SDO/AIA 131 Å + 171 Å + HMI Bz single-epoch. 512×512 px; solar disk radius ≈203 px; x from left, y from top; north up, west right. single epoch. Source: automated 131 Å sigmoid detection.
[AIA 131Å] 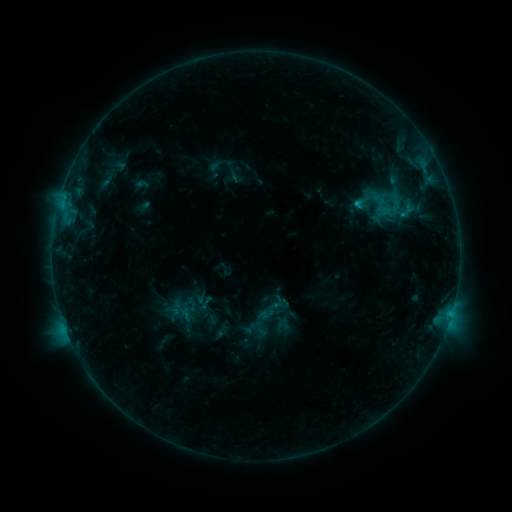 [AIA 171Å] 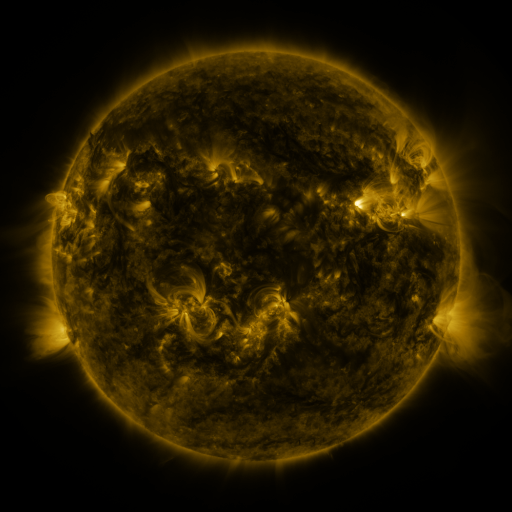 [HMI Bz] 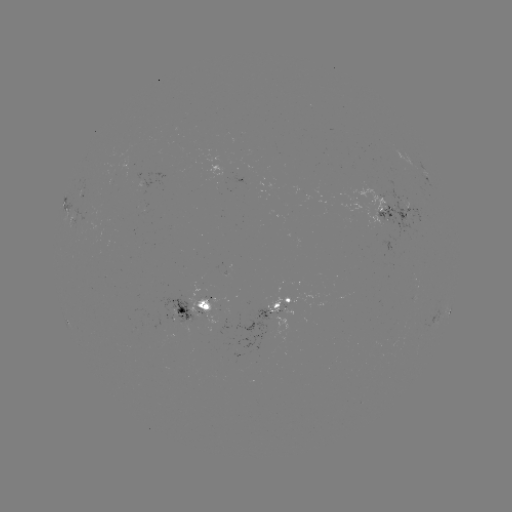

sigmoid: (272, 295, 290, 314)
